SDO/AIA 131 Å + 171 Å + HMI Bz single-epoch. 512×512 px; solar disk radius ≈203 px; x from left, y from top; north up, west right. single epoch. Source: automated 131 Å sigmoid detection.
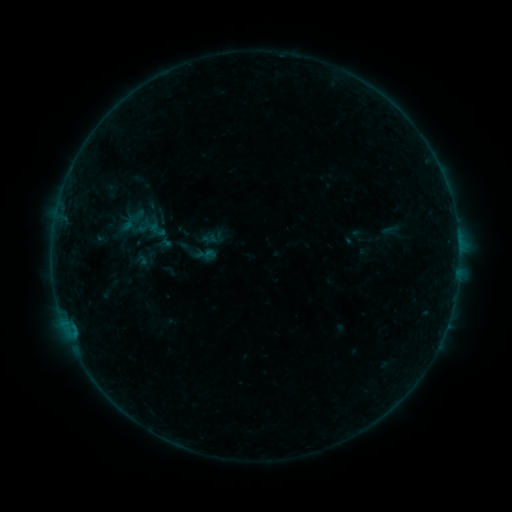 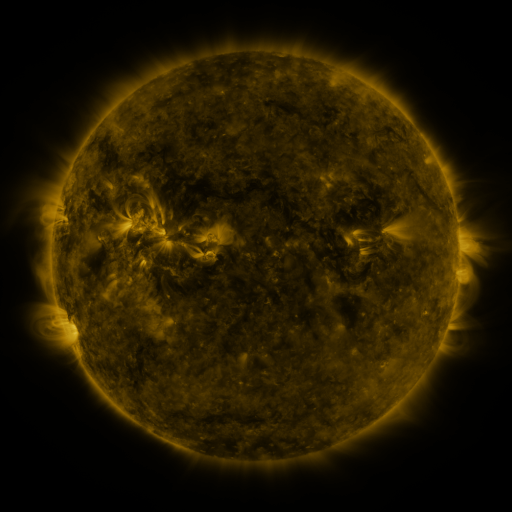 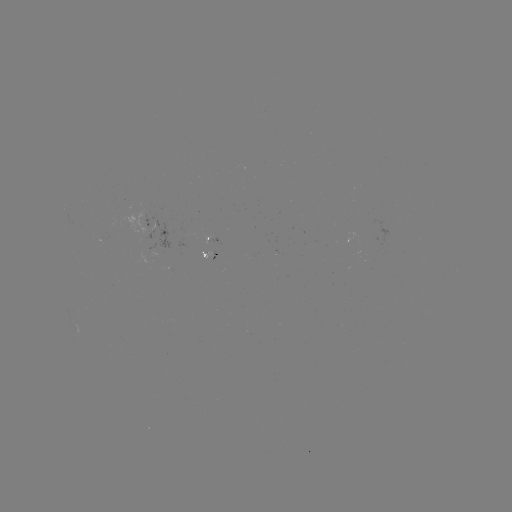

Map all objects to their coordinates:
sigmoid: (140, 218, 161, 241)
sigmoid: (132, 245, 153, 268)
